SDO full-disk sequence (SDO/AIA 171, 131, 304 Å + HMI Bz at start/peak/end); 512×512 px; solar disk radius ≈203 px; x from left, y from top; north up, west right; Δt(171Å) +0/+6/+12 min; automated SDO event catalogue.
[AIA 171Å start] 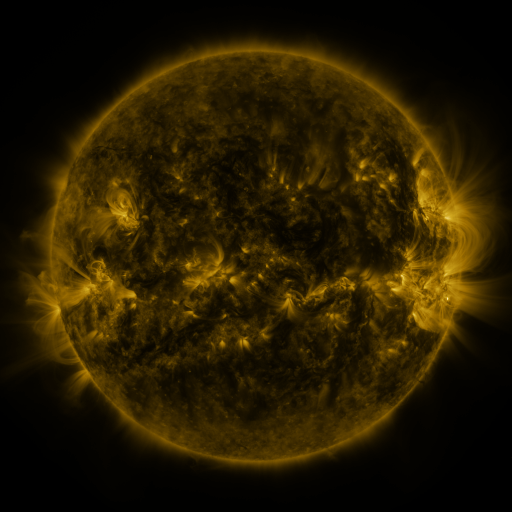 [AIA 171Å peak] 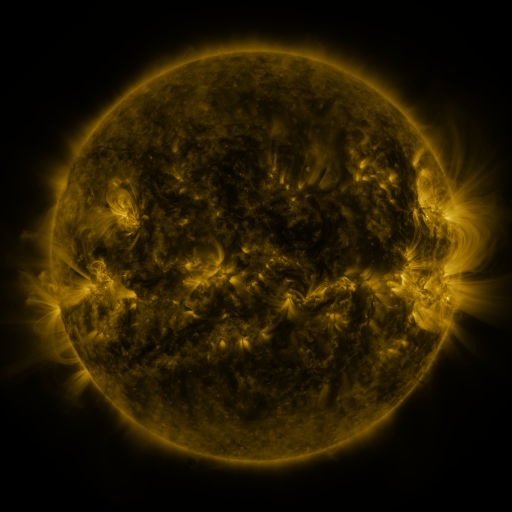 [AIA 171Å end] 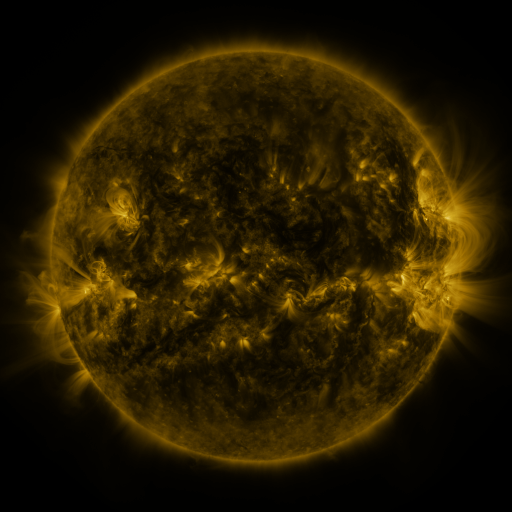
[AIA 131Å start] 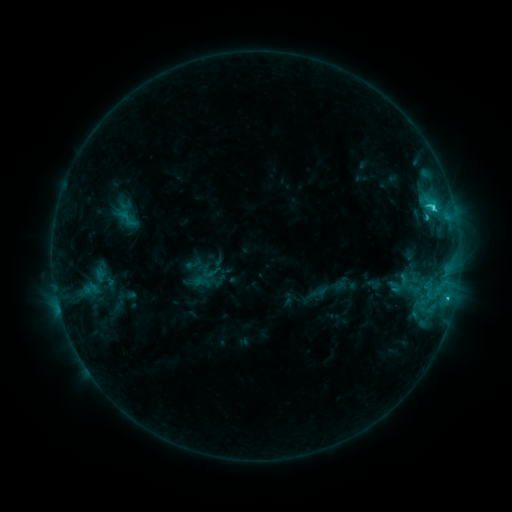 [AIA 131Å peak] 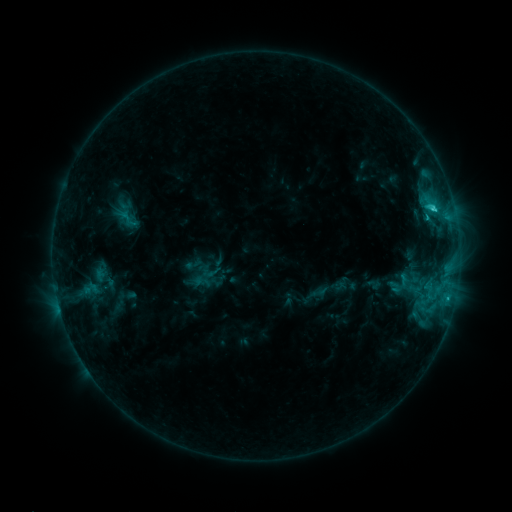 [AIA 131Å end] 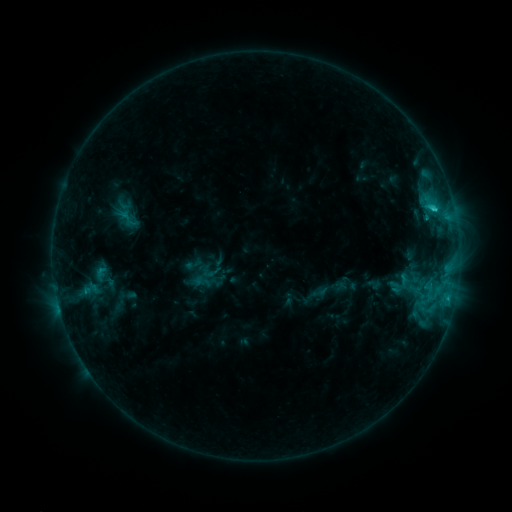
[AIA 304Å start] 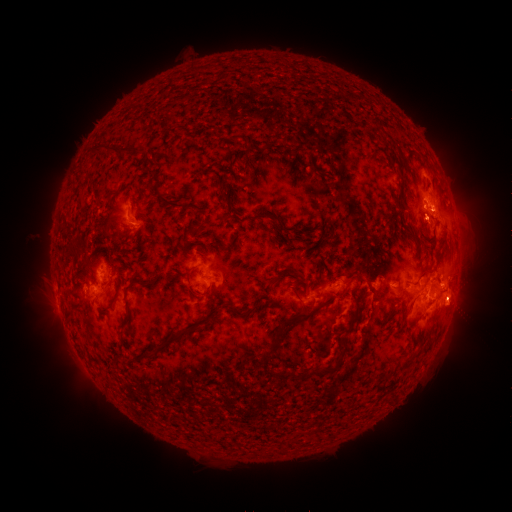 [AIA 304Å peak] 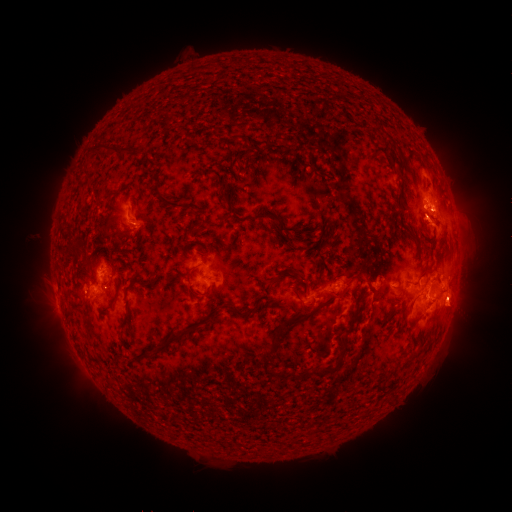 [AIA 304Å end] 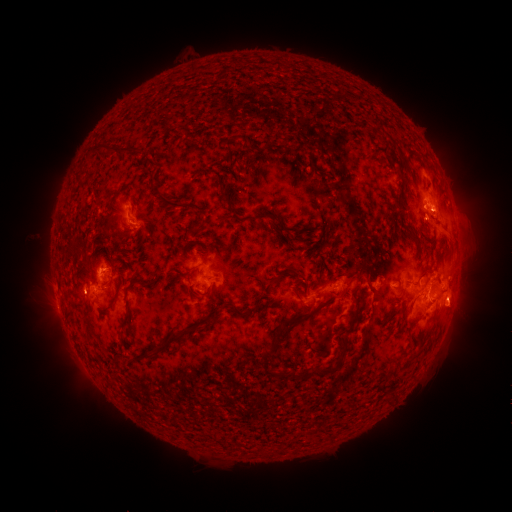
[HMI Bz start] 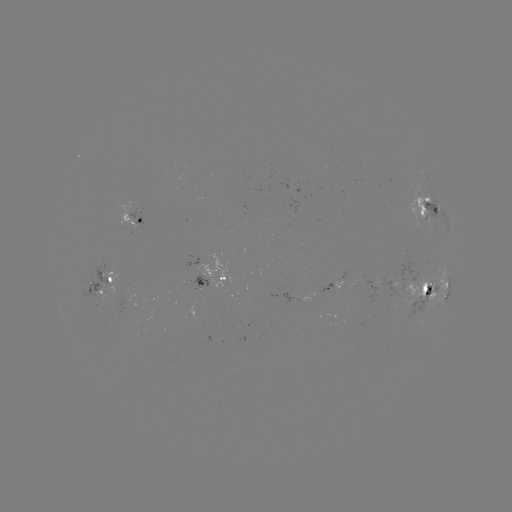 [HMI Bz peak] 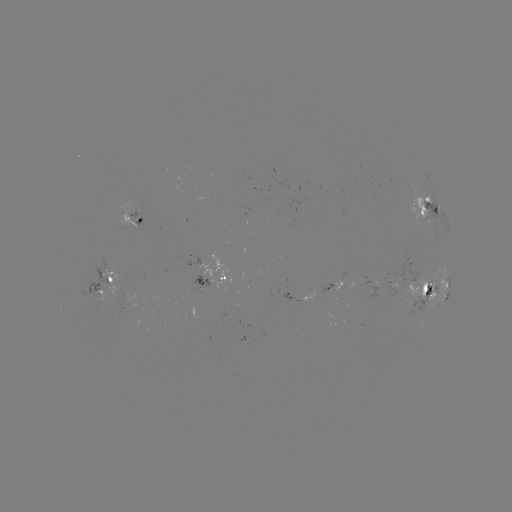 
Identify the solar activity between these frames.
eruption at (436, 232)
